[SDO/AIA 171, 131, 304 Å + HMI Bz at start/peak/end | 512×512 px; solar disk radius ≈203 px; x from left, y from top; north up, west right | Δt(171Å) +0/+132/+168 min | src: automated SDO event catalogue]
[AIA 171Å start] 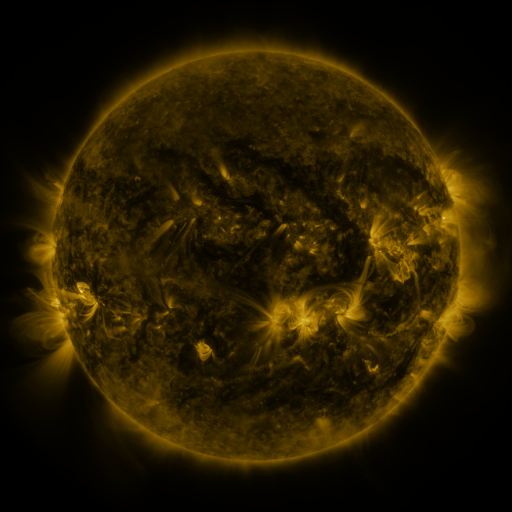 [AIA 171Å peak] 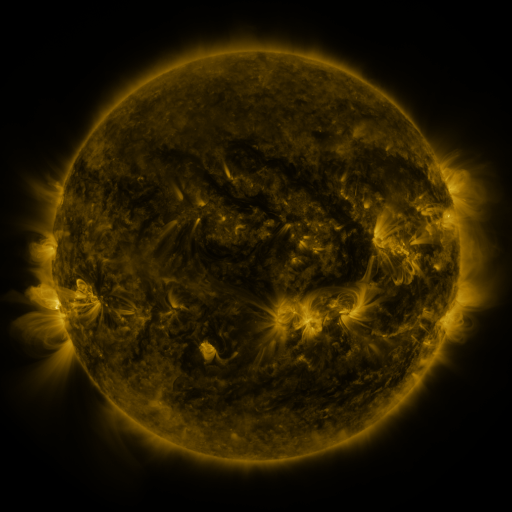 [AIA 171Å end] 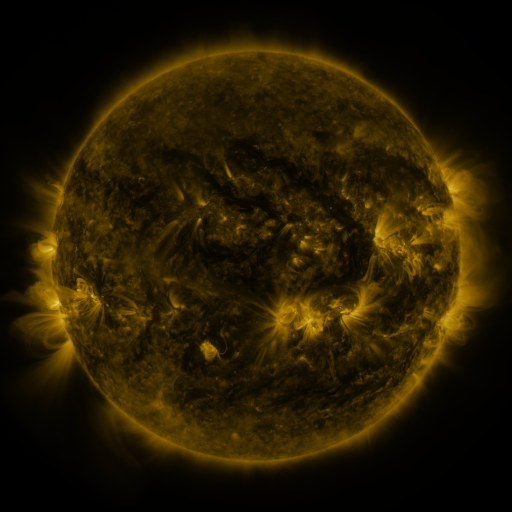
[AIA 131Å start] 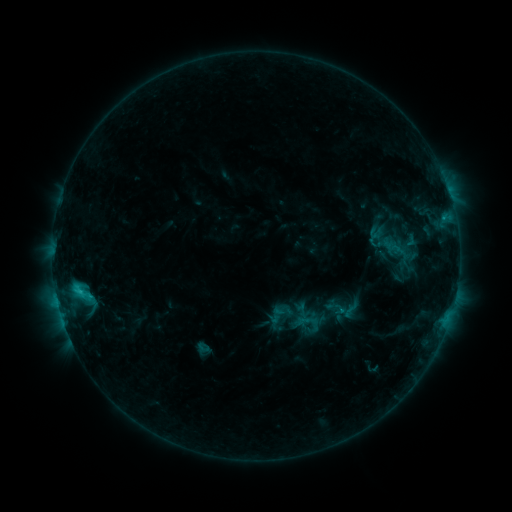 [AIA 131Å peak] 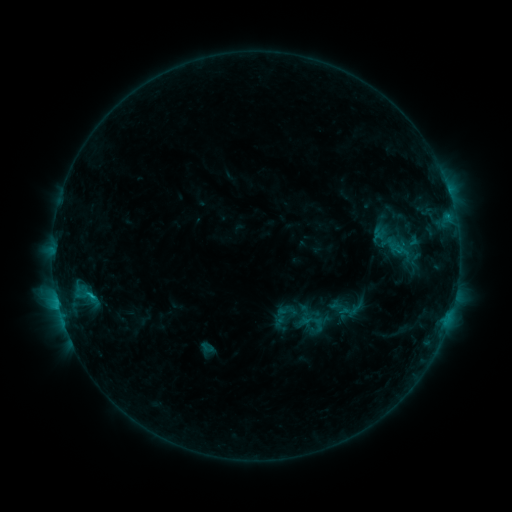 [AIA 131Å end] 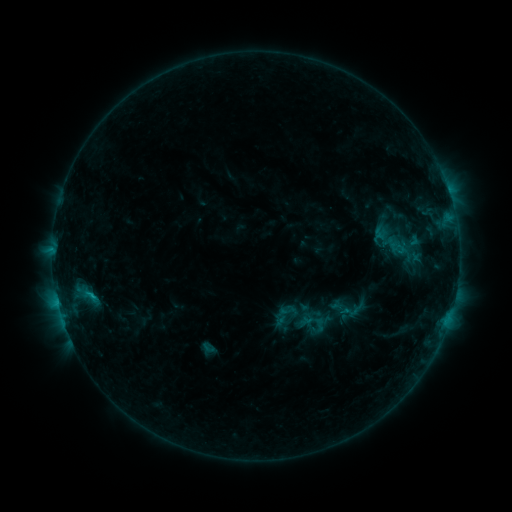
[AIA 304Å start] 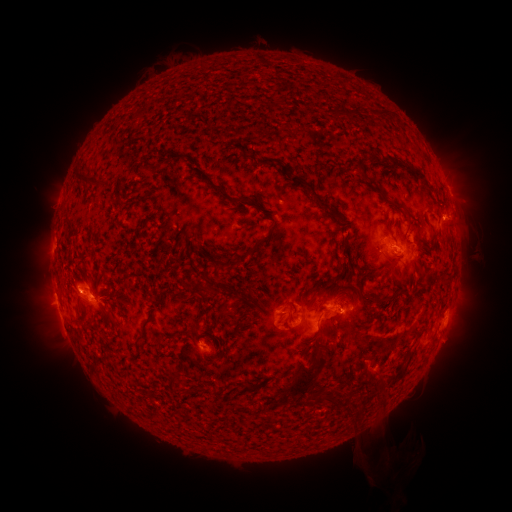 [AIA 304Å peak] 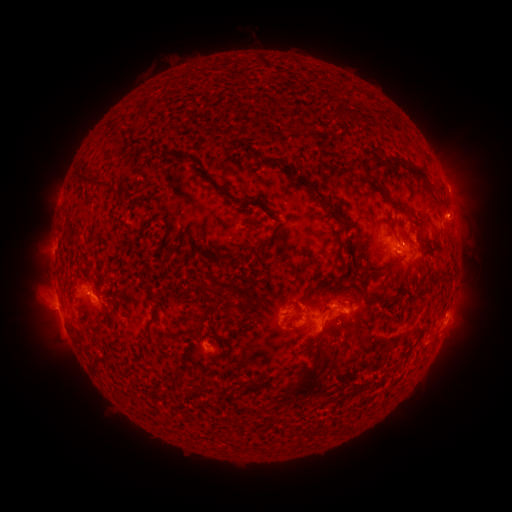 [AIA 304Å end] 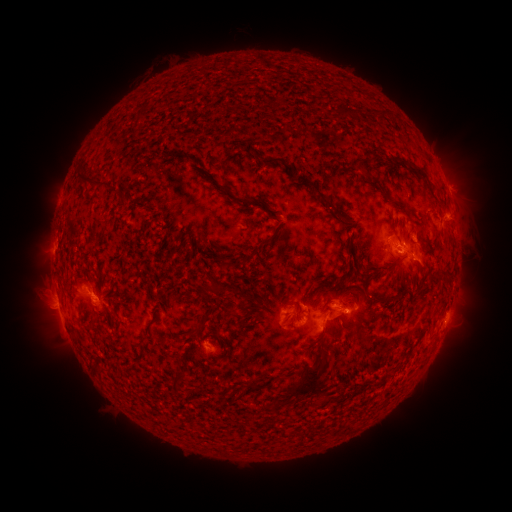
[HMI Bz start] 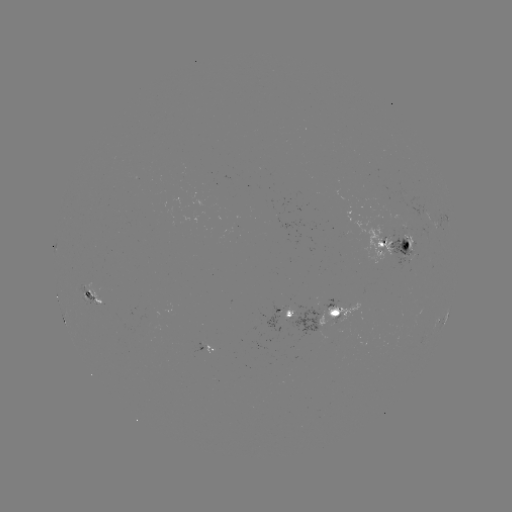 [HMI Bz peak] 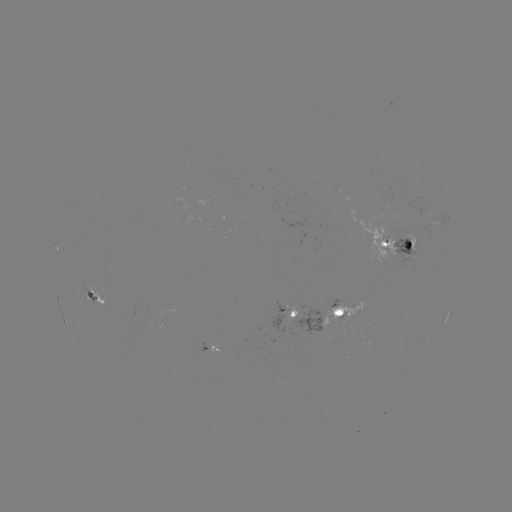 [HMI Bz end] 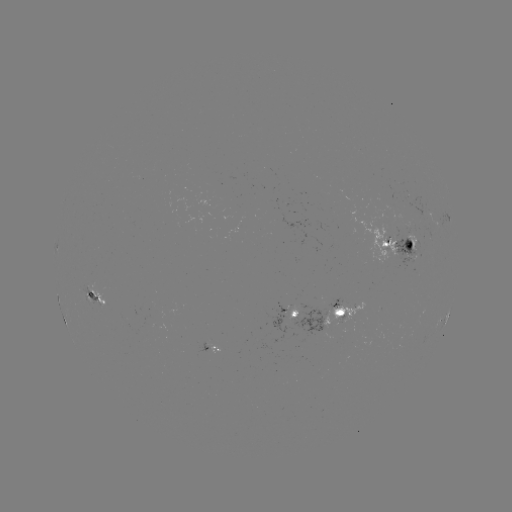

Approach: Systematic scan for emerging-flux region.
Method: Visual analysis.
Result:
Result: emerging-flux region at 383,246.